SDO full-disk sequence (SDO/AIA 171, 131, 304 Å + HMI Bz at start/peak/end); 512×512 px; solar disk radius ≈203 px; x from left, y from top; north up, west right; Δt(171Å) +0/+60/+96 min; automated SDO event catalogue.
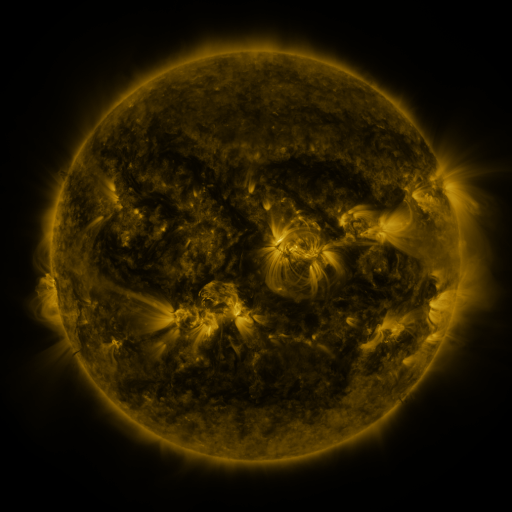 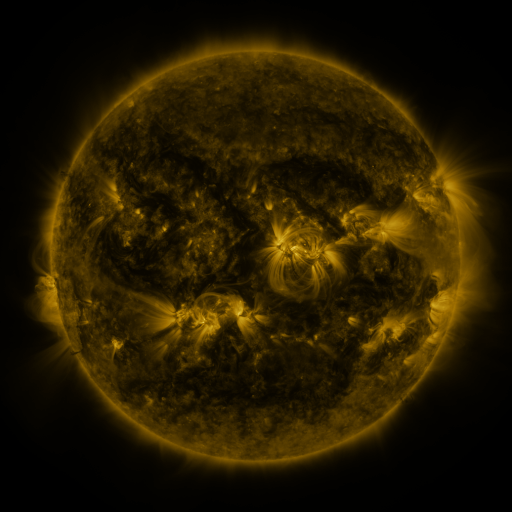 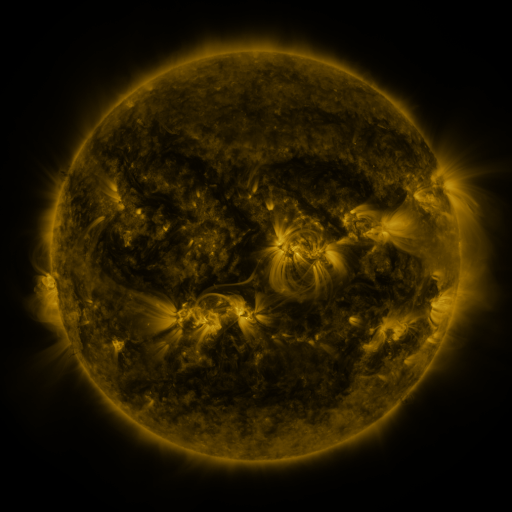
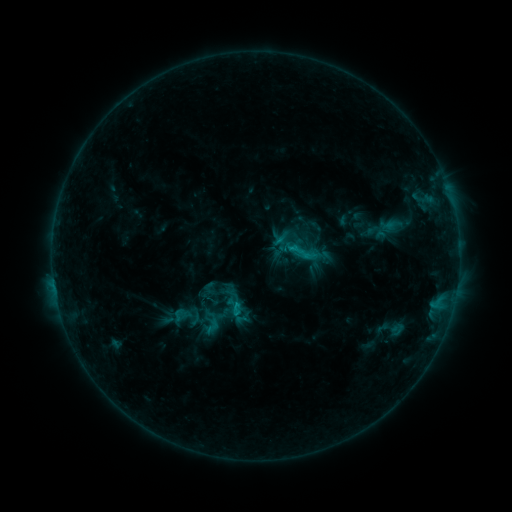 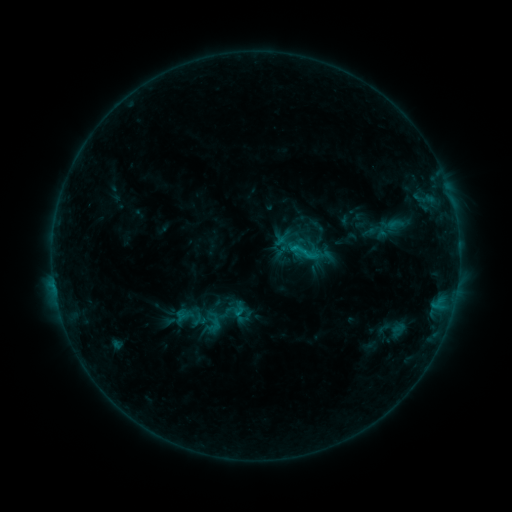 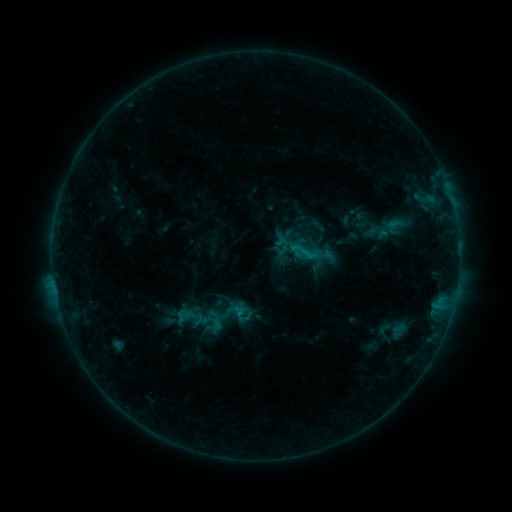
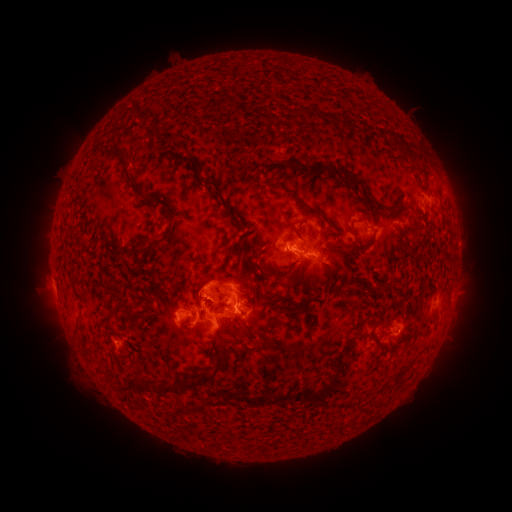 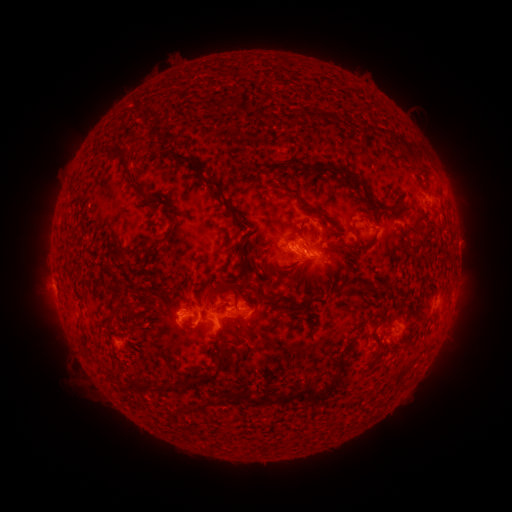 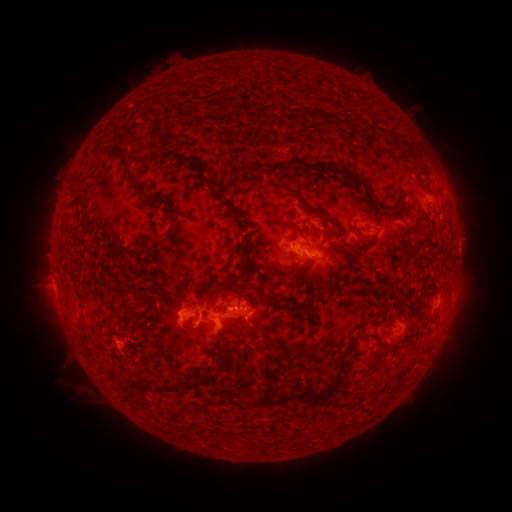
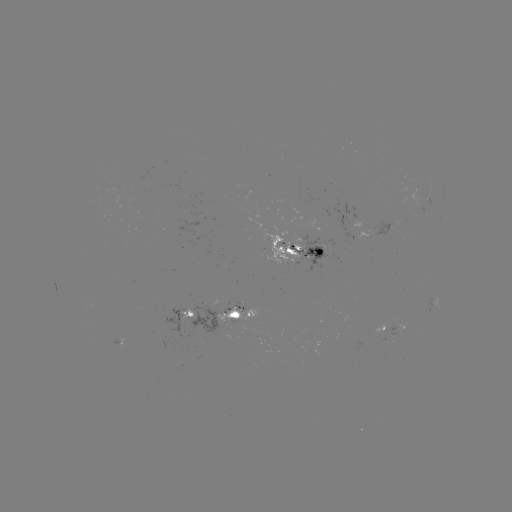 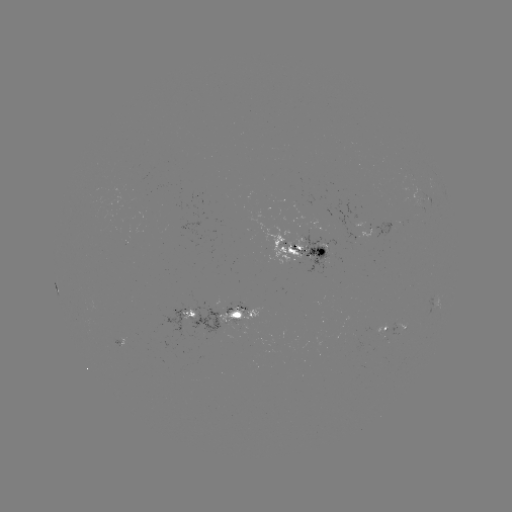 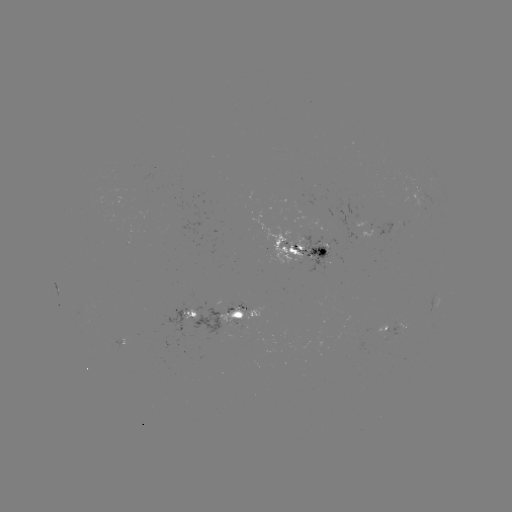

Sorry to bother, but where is emerging-flux region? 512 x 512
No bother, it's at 389,333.